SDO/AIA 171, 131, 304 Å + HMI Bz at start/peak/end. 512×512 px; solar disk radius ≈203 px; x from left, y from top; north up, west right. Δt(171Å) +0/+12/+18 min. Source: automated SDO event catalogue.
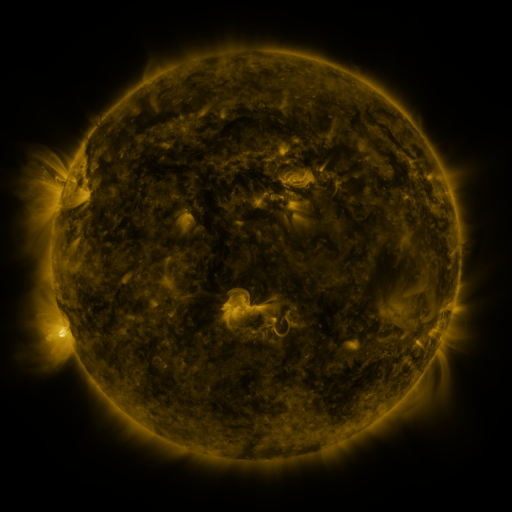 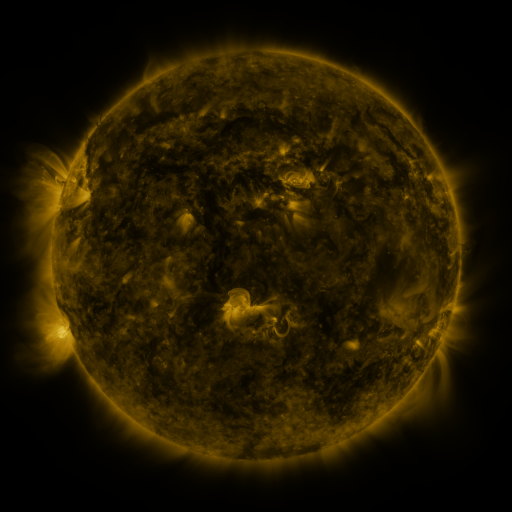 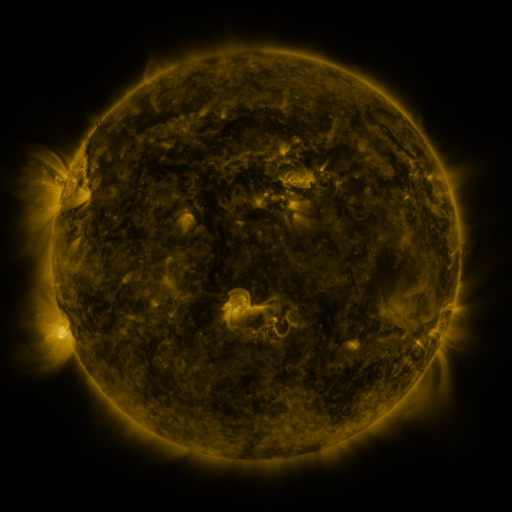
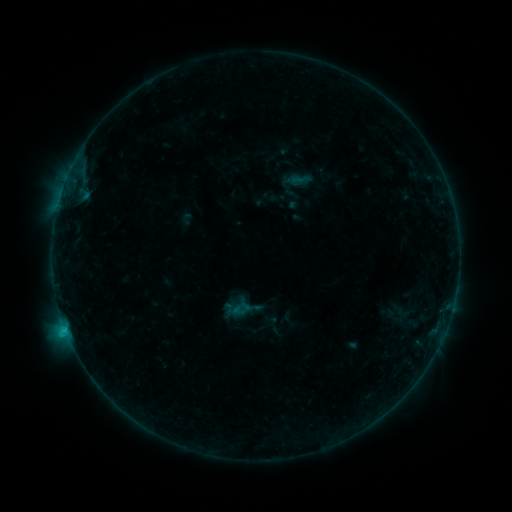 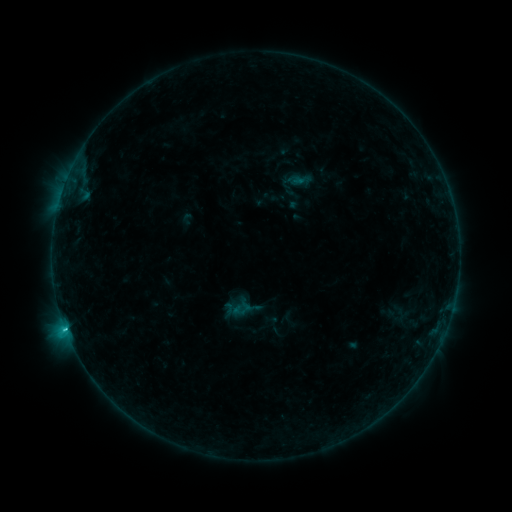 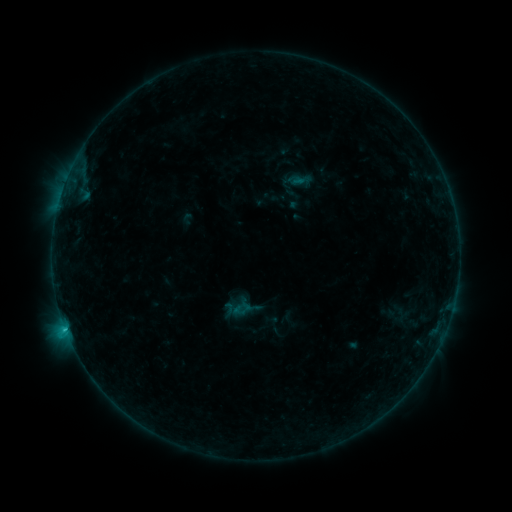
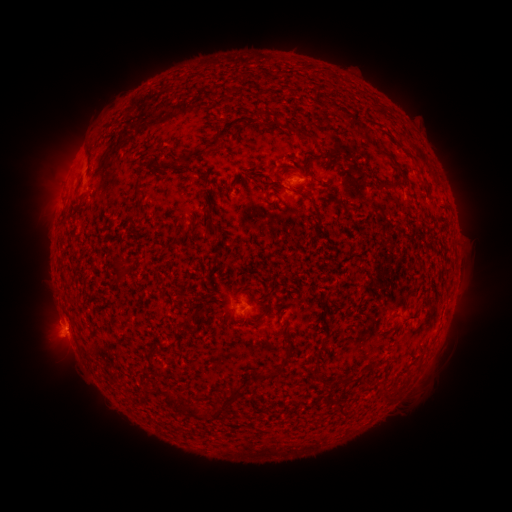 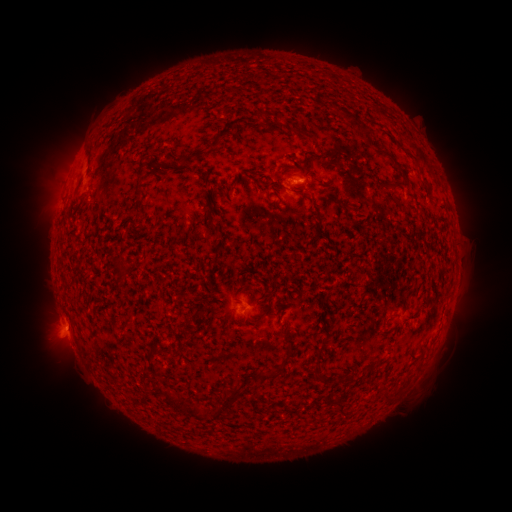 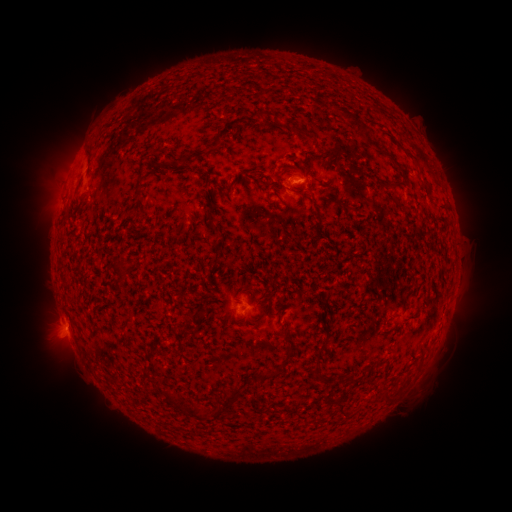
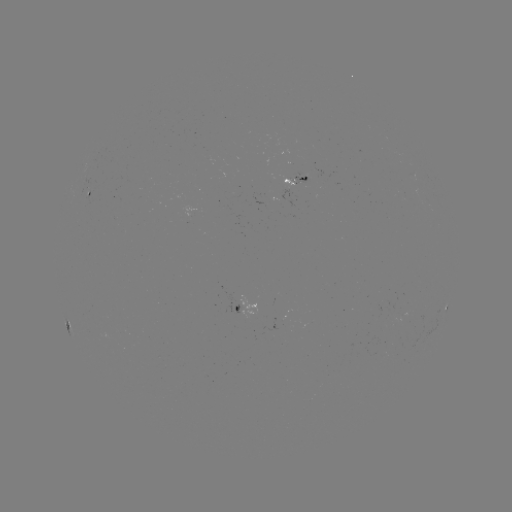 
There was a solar flare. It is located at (66, 328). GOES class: B9.3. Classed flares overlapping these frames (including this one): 1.